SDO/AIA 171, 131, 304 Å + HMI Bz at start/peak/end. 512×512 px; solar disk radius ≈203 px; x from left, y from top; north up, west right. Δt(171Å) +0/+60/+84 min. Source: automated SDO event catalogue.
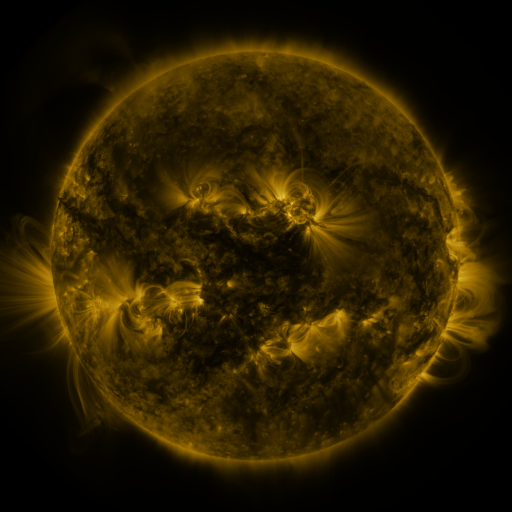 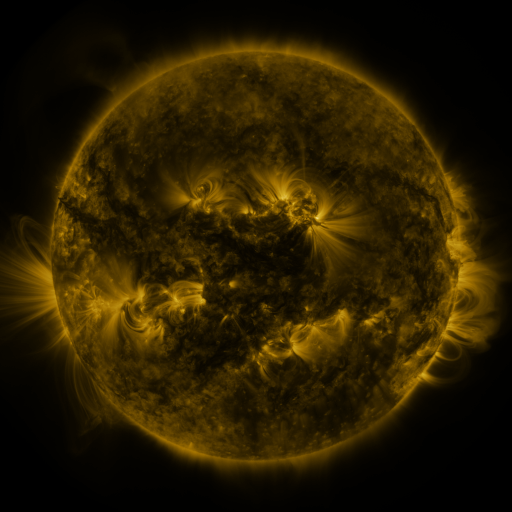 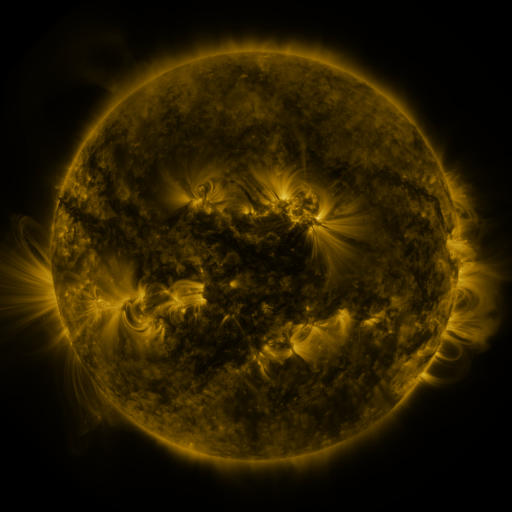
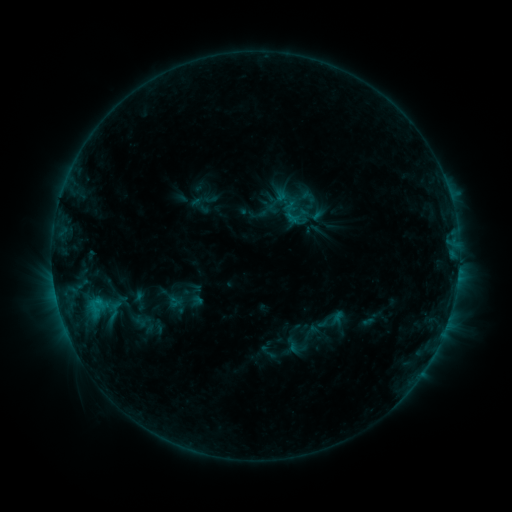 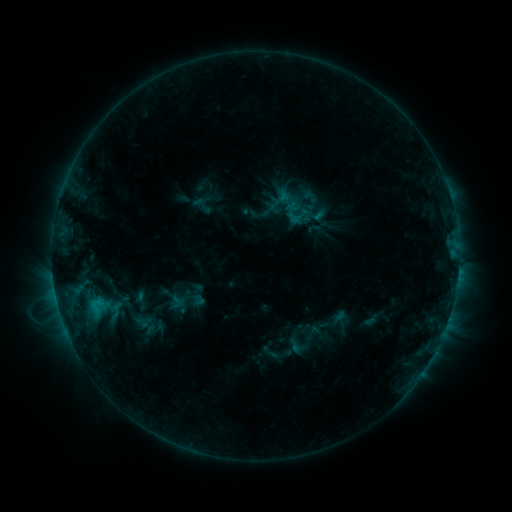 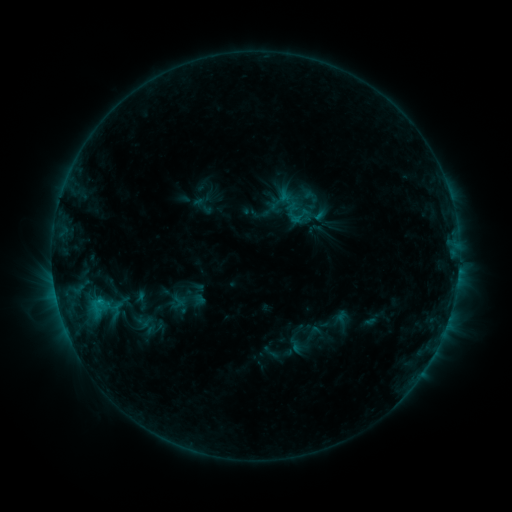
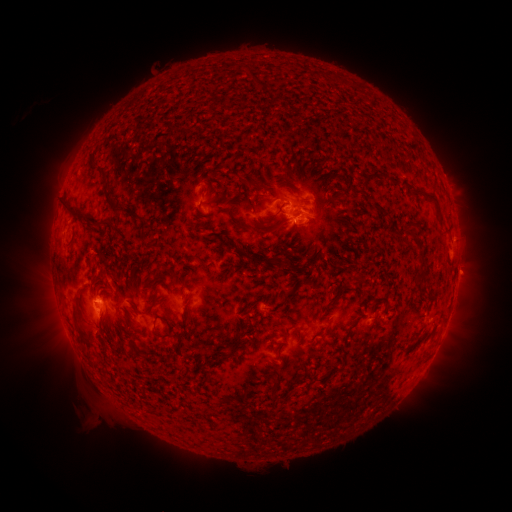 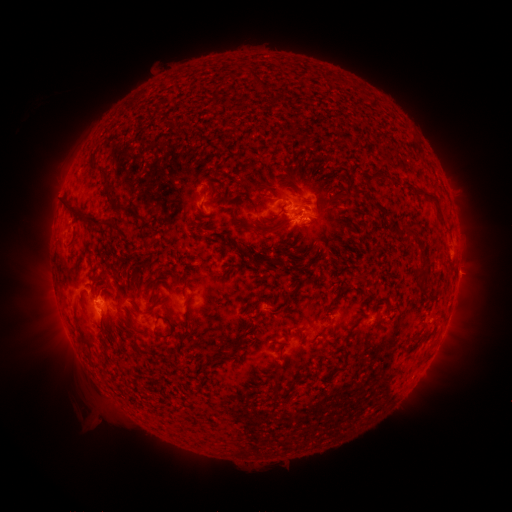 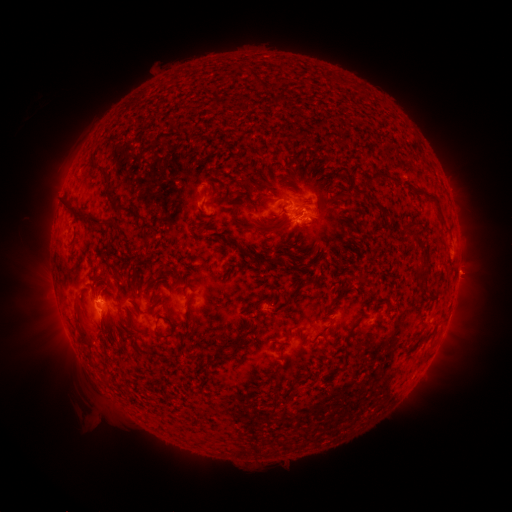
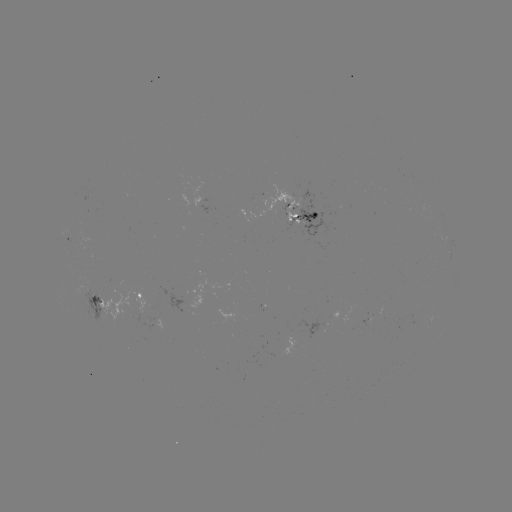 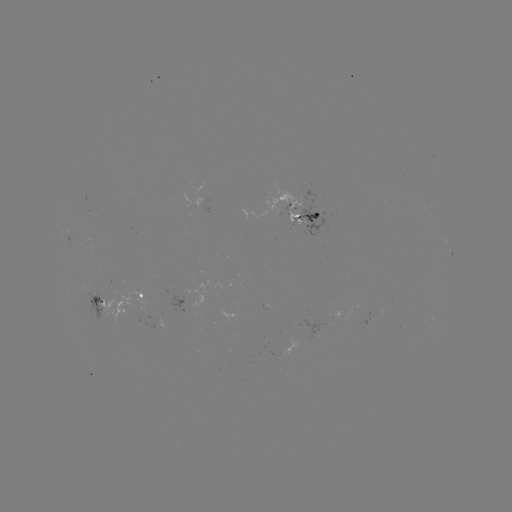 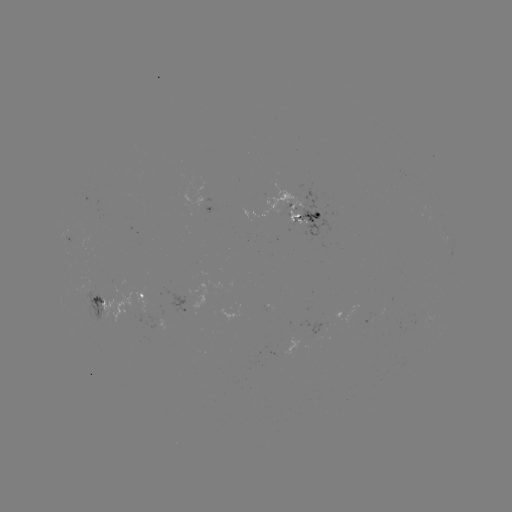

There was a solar emerging-flux region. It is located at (95, 299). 